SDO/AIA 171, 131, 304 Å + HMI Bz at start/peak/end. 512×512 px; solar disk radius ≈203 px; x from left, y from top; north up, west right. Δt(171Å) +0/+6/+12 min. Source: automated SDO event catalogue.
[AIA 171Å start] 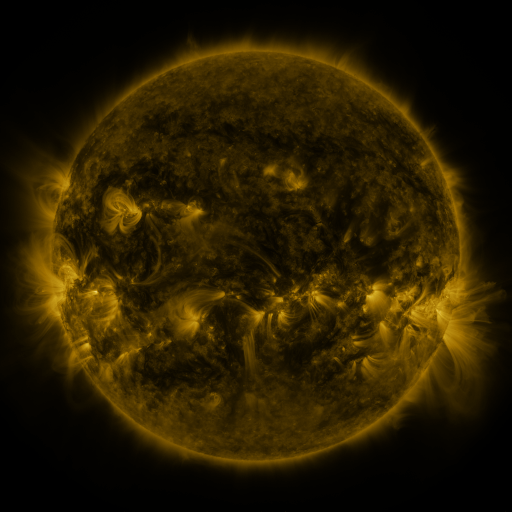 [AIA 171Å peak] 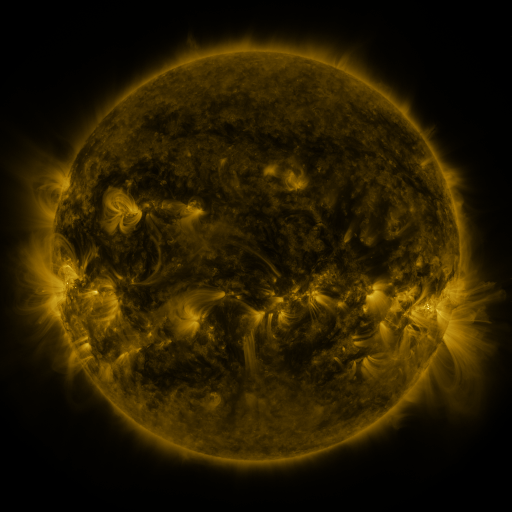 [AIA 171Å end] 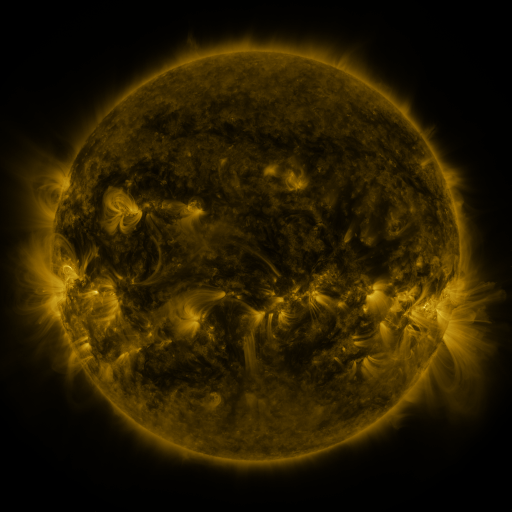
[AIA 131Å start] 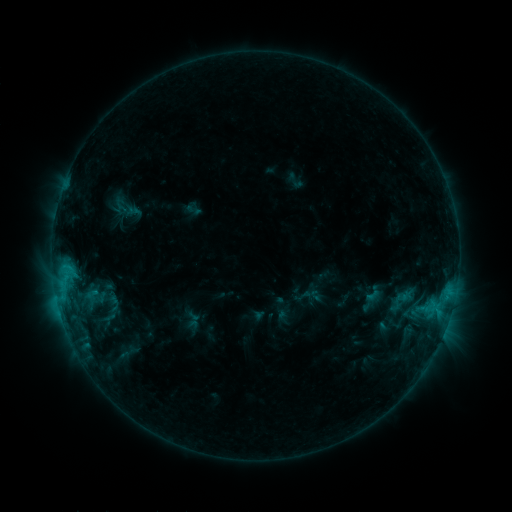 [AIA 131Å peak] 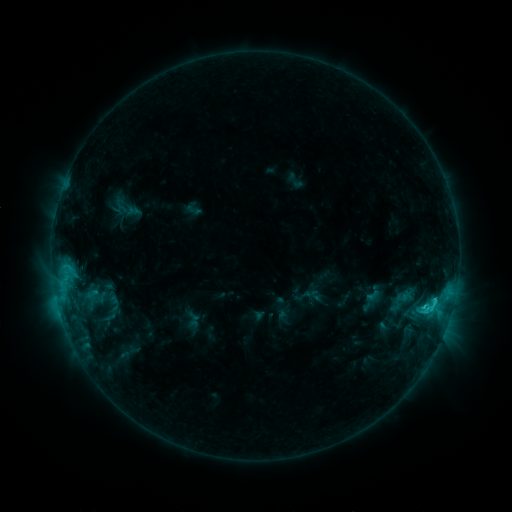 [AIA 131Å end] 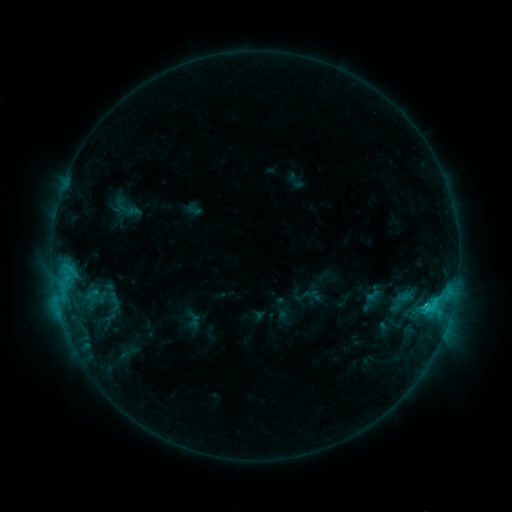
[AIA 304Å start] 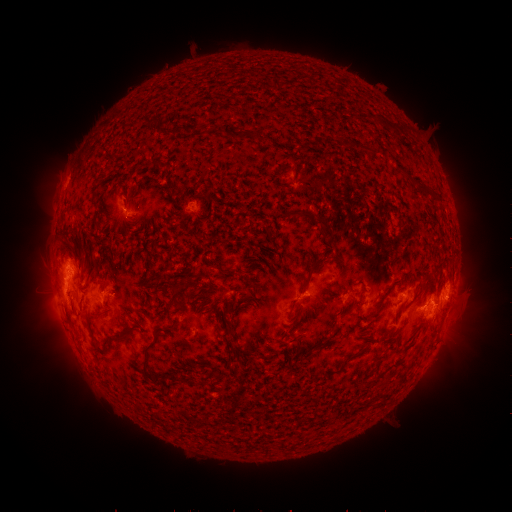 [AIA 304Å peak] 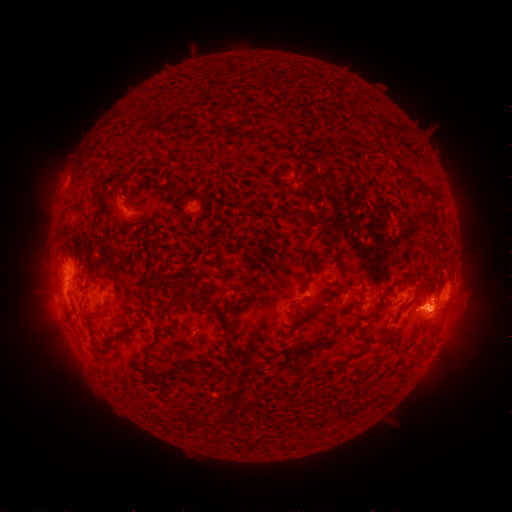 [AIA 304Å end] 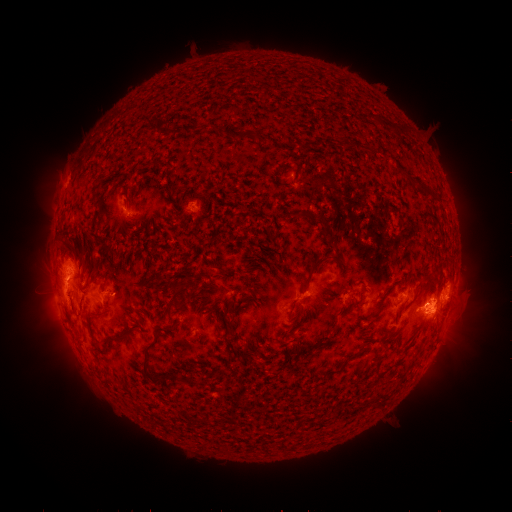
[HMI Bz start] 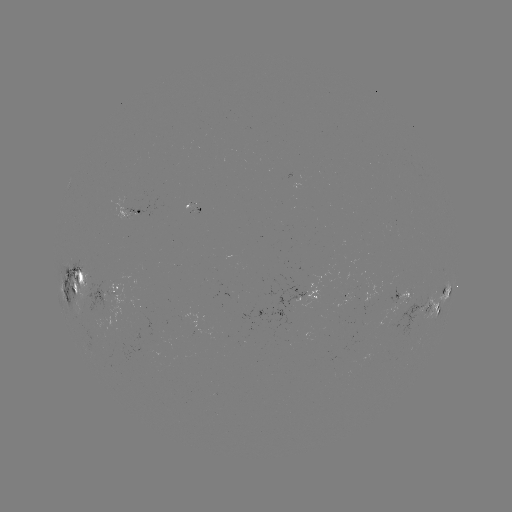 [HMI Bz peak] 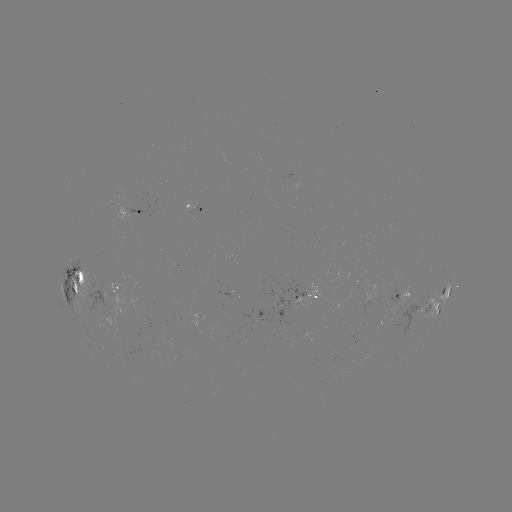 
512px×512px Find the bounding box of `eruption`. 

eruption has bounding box [405, 266, 497, 378].